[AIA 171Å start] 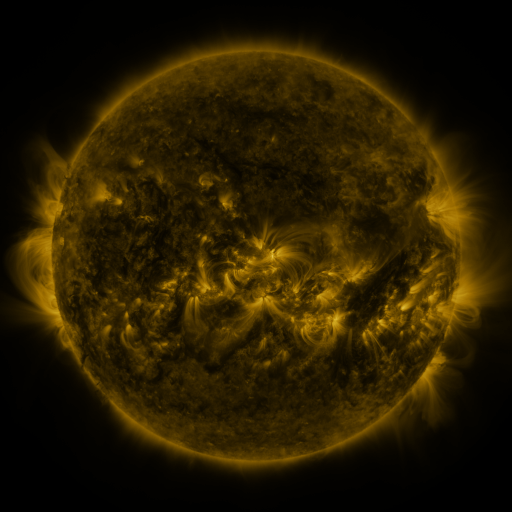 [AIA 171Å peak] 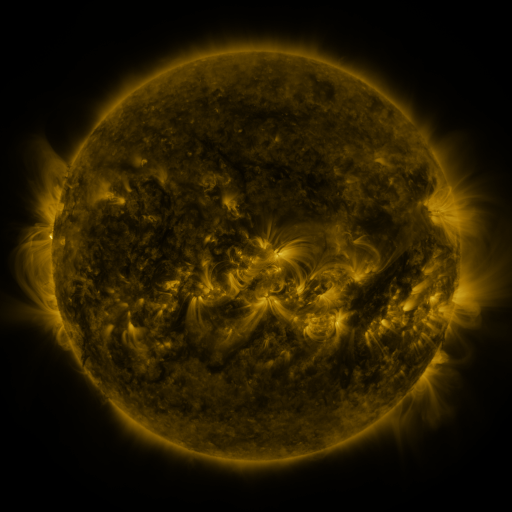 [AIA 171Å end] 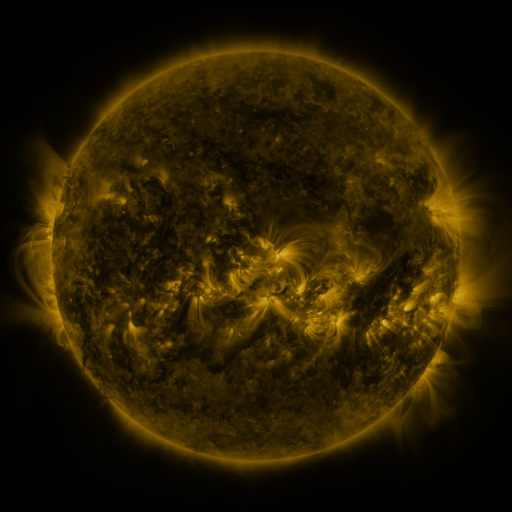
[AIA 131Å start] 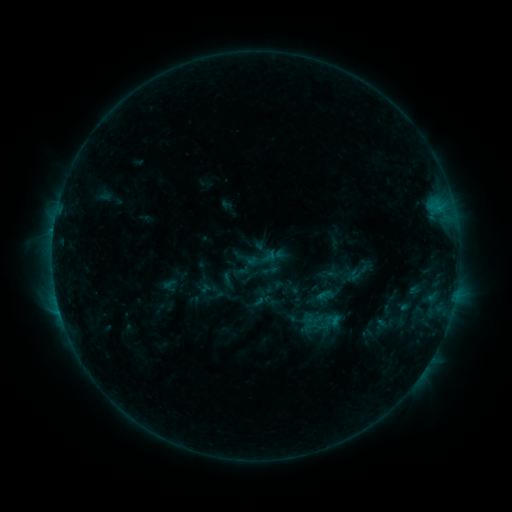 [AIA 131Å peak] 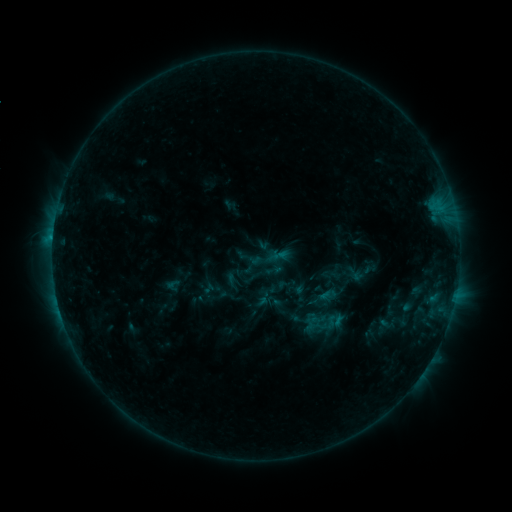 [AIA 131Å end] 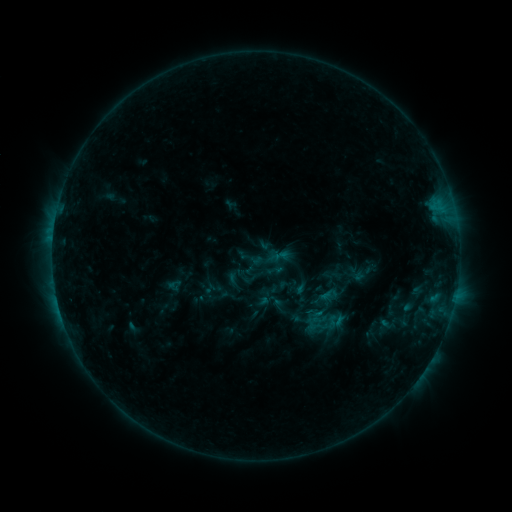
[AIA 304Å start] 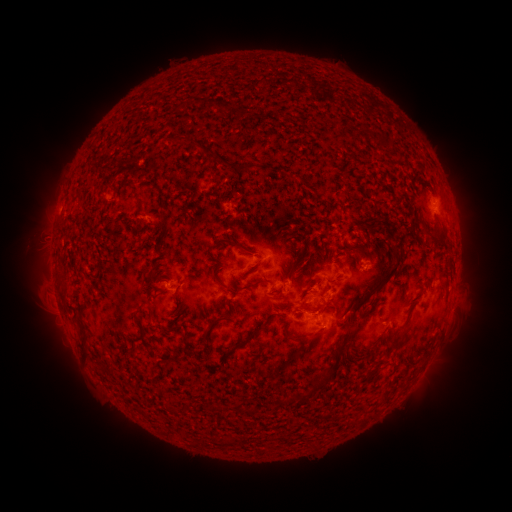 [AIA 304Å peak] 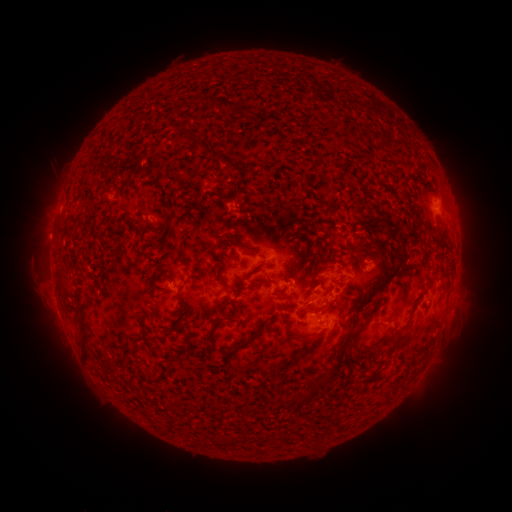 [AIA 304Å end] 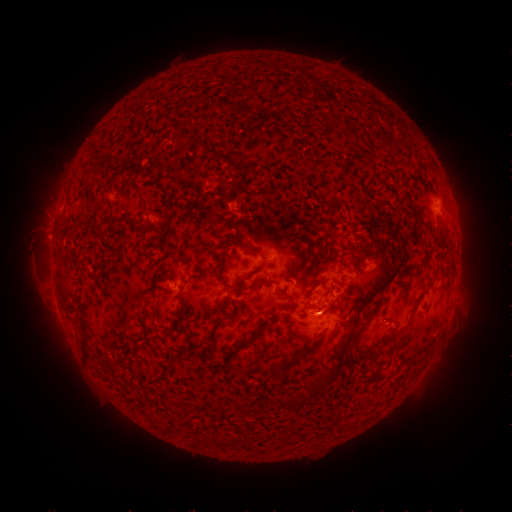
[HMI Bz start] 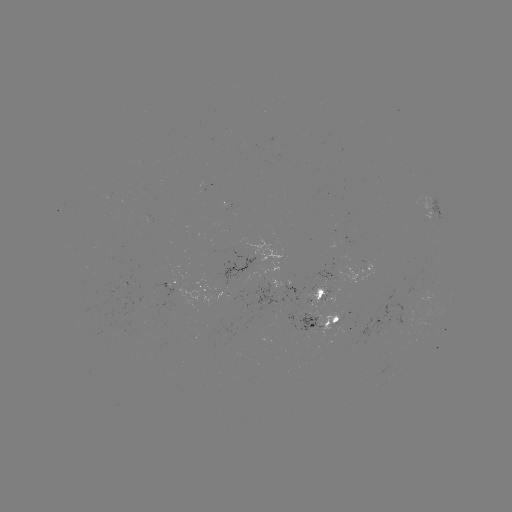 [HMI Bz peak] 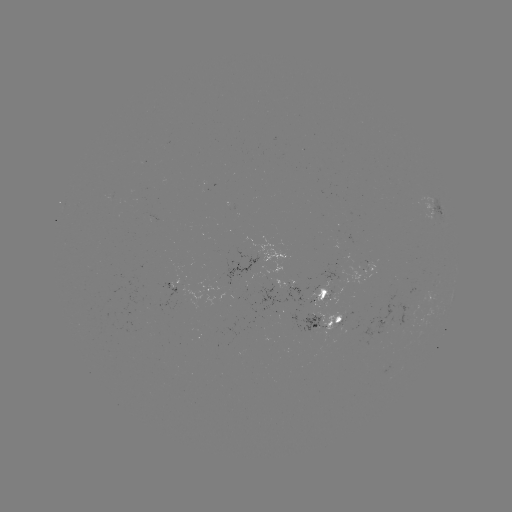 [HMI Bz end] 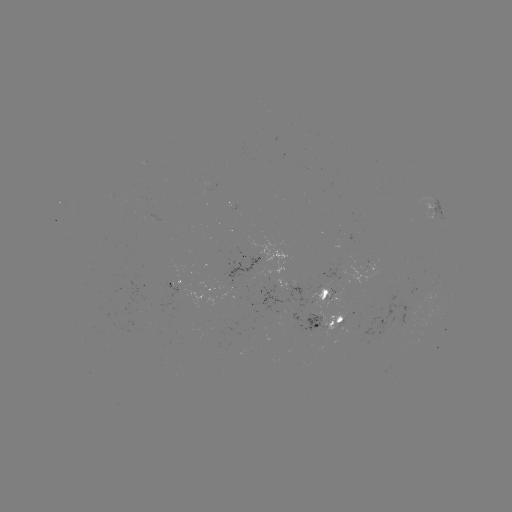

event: emerging-flux region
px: (297, 318)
